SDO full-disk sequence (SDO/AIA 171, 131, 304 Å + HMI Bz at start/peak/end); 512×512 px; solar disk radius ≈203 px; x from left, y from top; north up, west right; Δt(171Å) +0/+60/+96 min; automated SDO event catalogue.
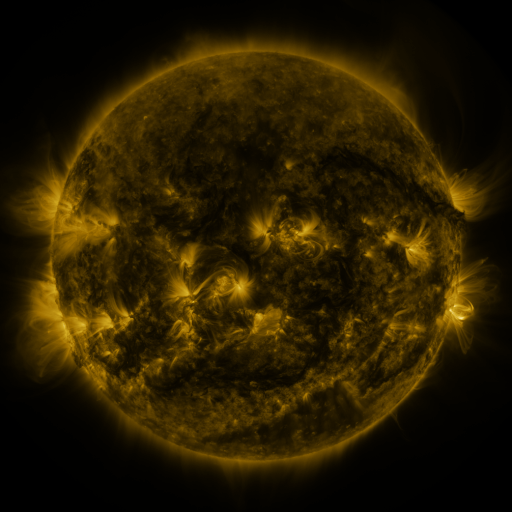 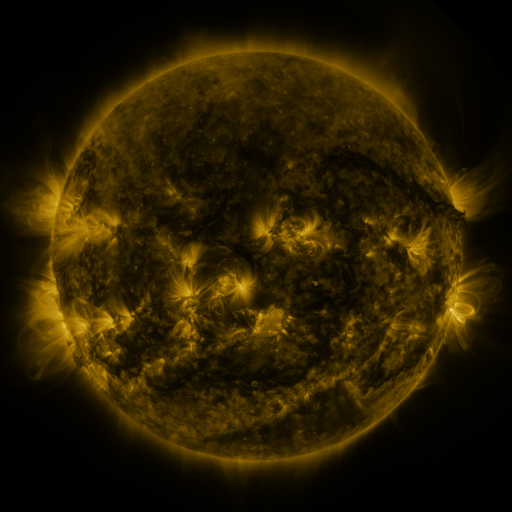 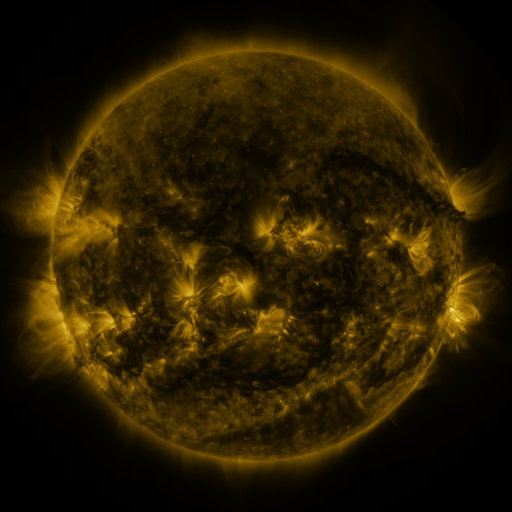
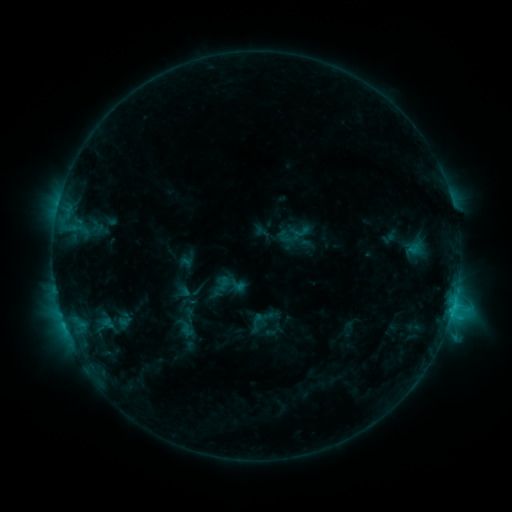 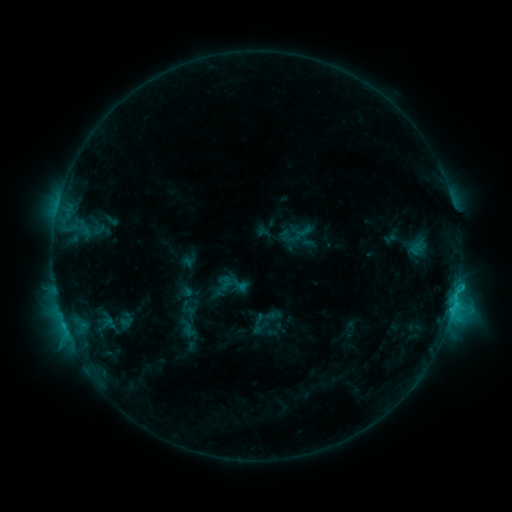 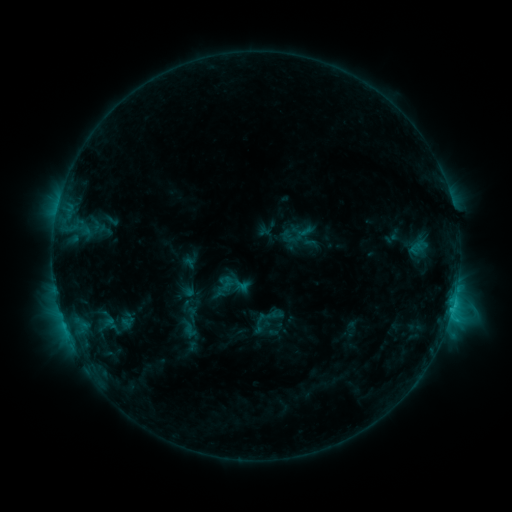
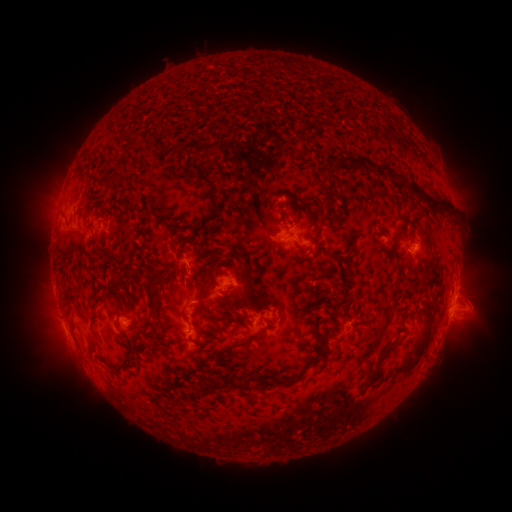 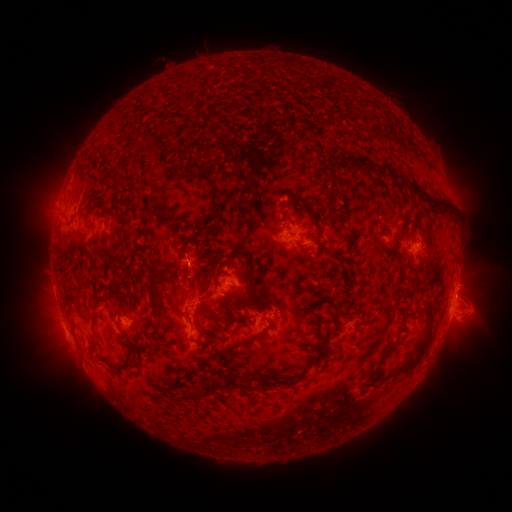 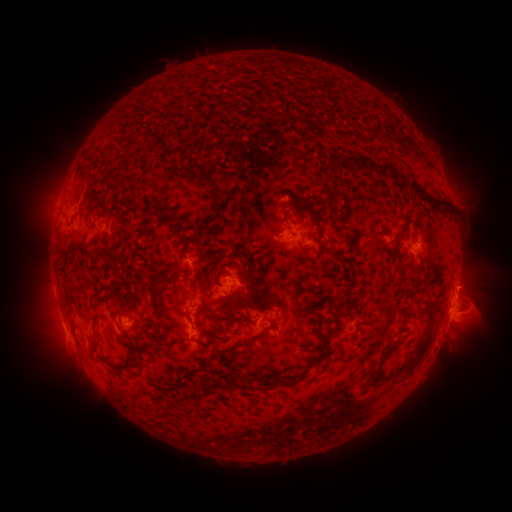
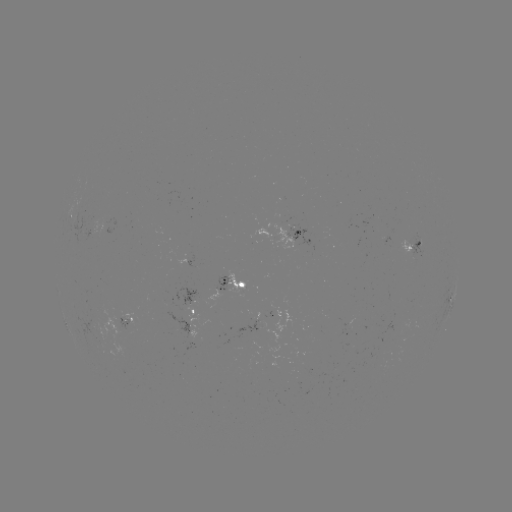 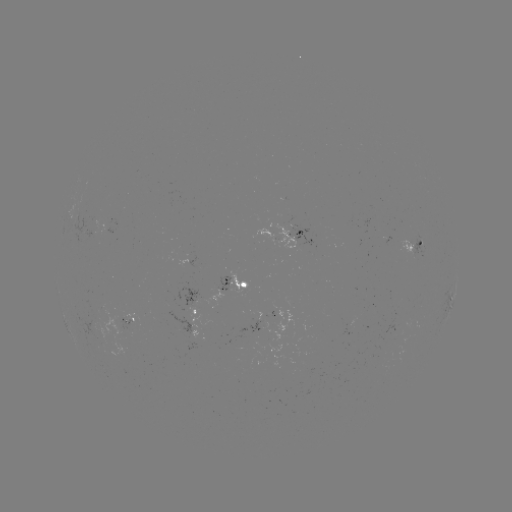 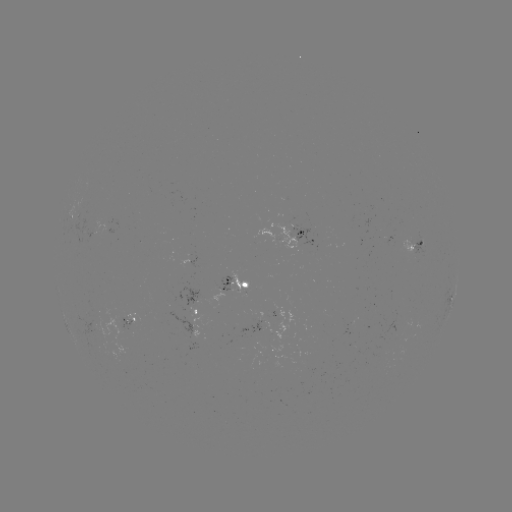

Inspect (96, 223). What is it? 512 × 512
emerging-flux region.